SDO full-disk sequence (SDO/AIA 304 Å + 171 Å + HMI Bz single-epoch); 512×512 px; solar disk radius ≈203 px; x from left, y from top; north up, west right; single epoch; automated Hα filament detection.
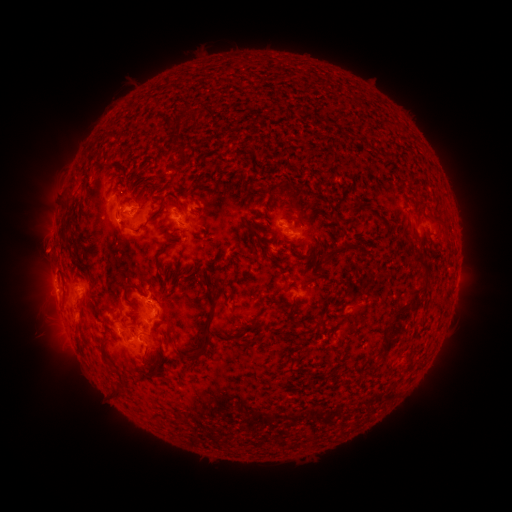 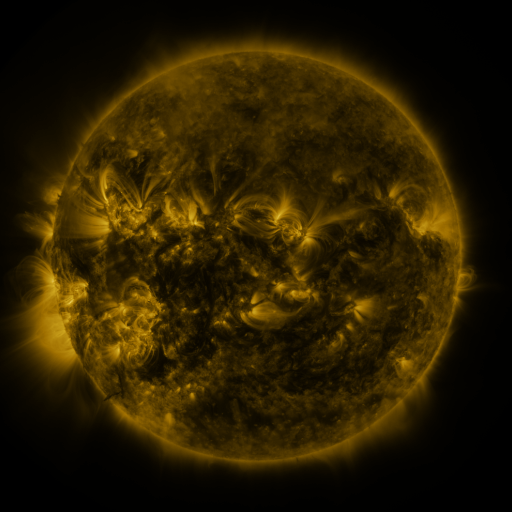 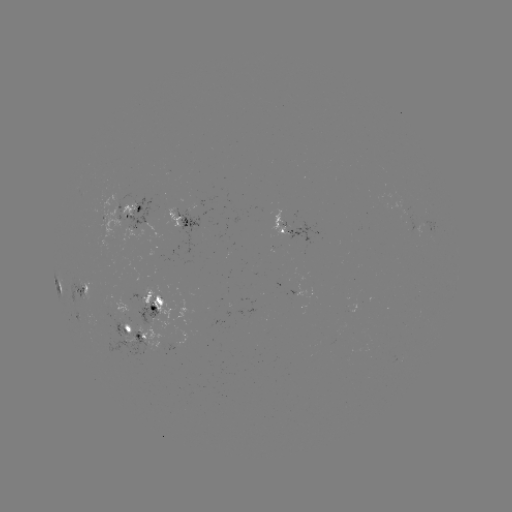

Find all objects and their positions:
filament: (140, 182, 154, 191)
filament: (267, 183, 278, 206)
filament: (286, 189, 298, 209)
filament: (189, 196, 197, 204)
filament: (144, 197, 167, 225)
filament: (119, 222, 128, 231)
filament: (324, 223, 334, 233)
filament: (167, 233, 178, 240)
filament: (155, 243, 176, 259)
filament: (321, 251, 339, 270)
filament: (393, 251, 430, 319)
filament: (197, 271, 206, 283)
filament: (123, 285, 146, 297)
filament: (257, 293, 265, 305)
filament: (179, 307, 217, 362)
filament: (317, 315, 325, 325)
filament: (380, 332, 394, 352)
filament: (113, 390, 124, 398)
